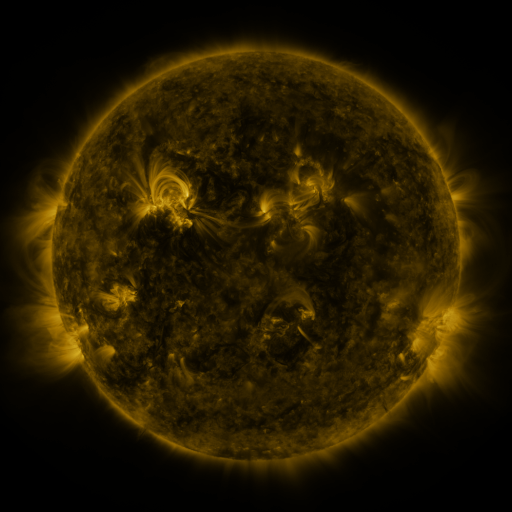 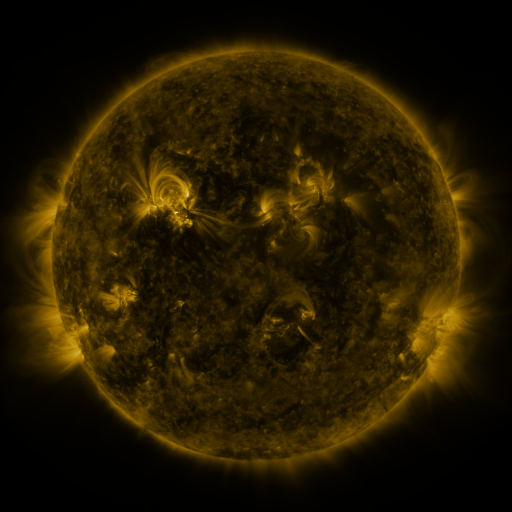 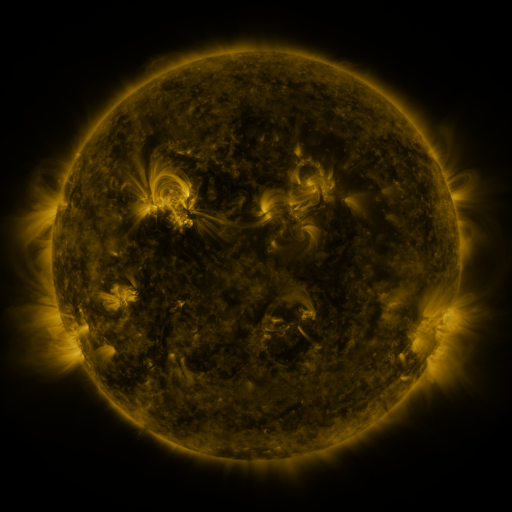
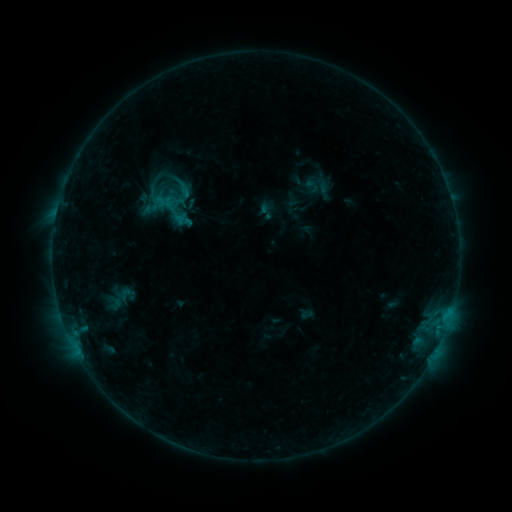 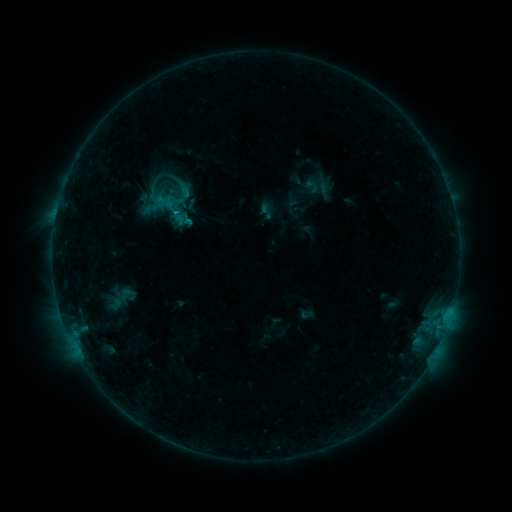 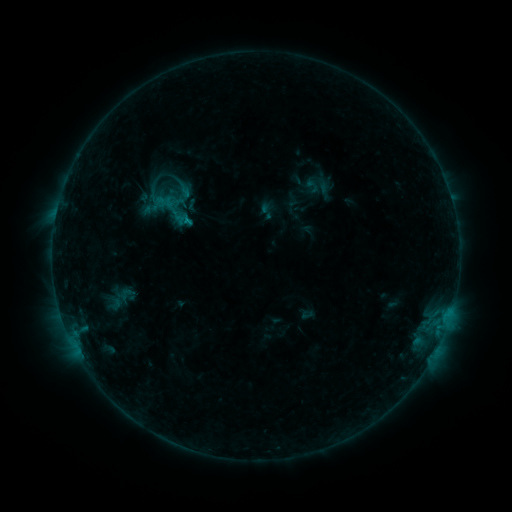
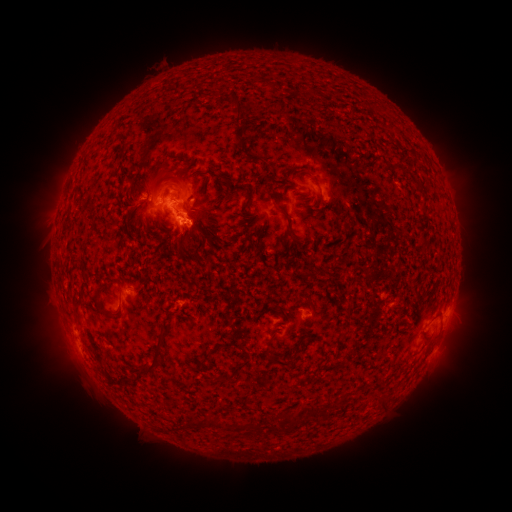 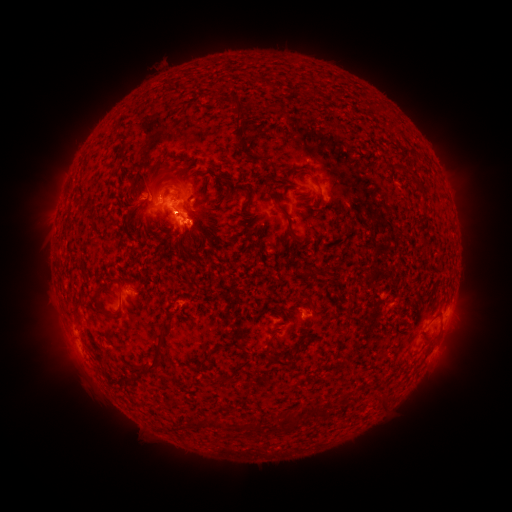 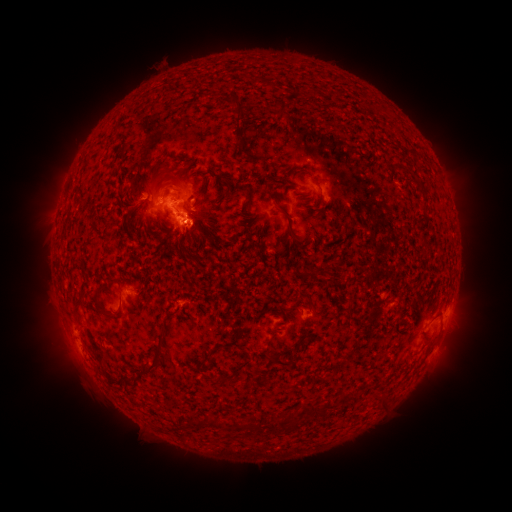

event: flare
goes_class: B7.7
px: (177, 213)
